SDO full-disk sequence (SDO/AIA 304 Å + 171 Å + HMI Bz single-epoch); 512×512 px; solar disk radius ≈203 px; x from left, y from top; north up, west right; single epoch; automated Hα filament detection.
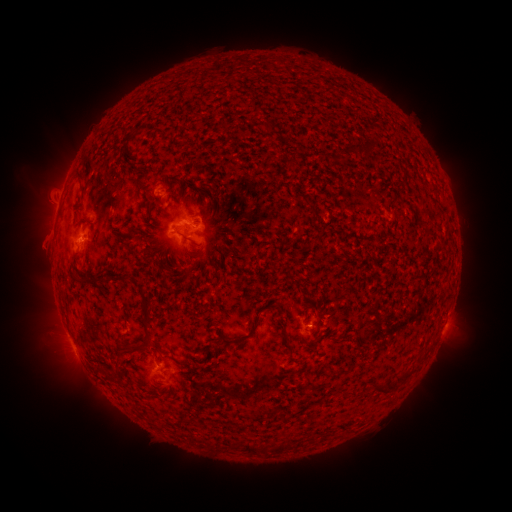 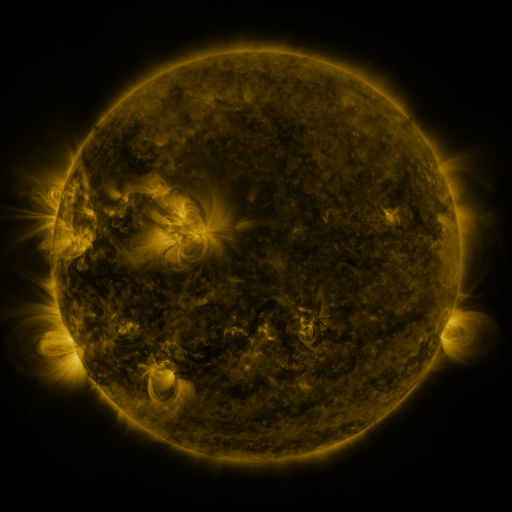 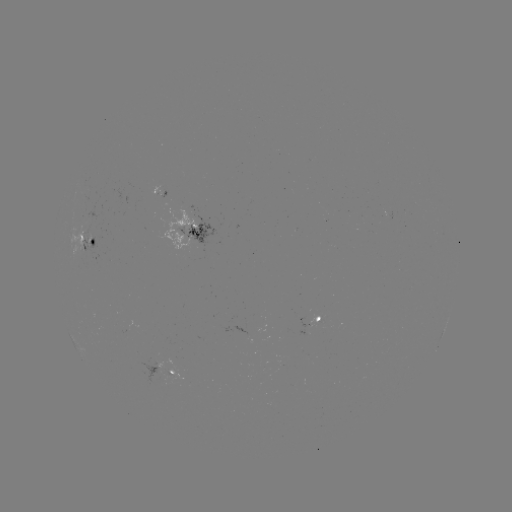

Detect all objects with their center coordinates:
filament: (292, 166)
filament: (80, 174)
filament: (74, 273)
filament: (147, 319)
filament: (245, 339)
filament: (287, 341)
filament: (119, 346)
filament: (135, 350)
filament: (403, 378)
filament: (384, 391)
filament: (283, 418)
filament: (250, 448)
